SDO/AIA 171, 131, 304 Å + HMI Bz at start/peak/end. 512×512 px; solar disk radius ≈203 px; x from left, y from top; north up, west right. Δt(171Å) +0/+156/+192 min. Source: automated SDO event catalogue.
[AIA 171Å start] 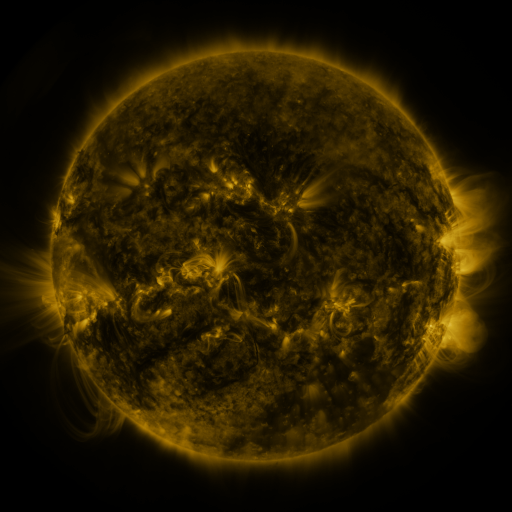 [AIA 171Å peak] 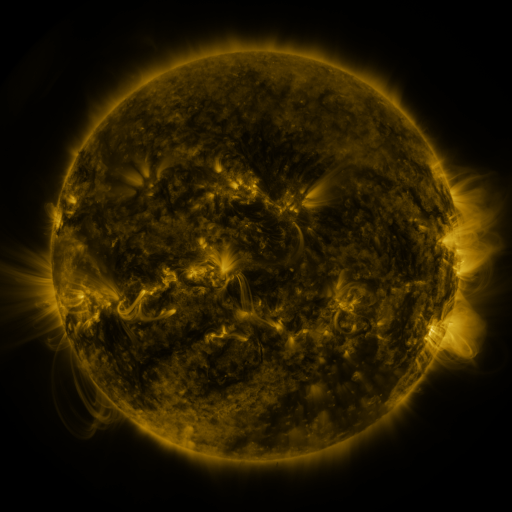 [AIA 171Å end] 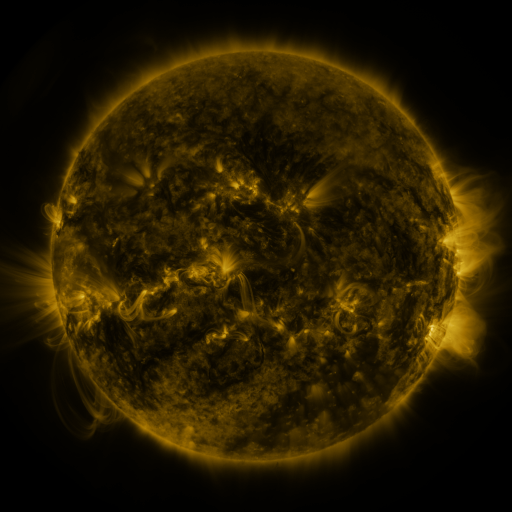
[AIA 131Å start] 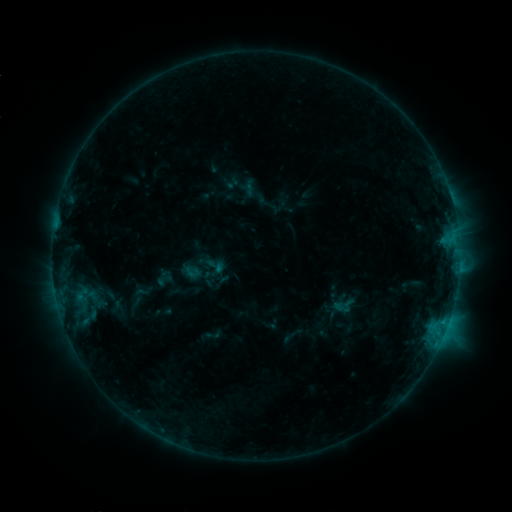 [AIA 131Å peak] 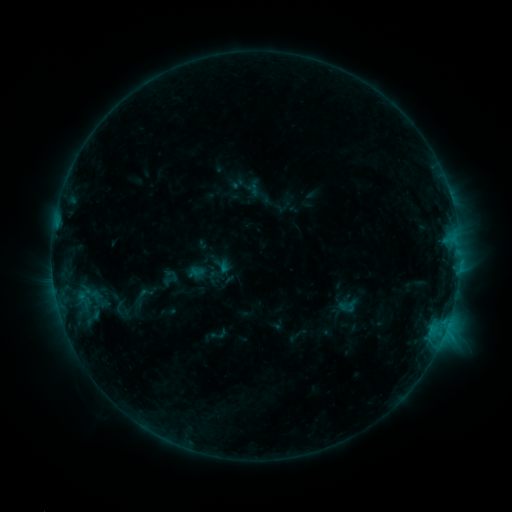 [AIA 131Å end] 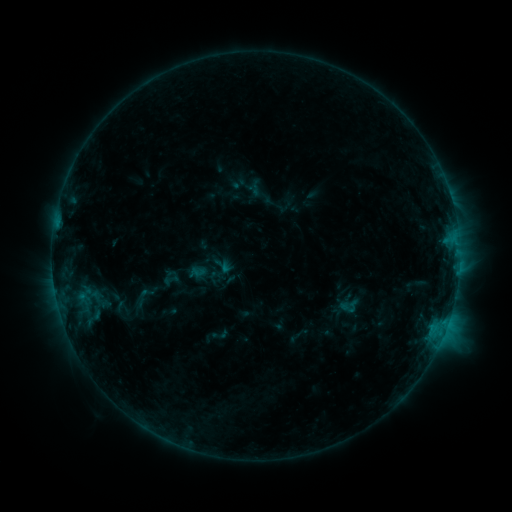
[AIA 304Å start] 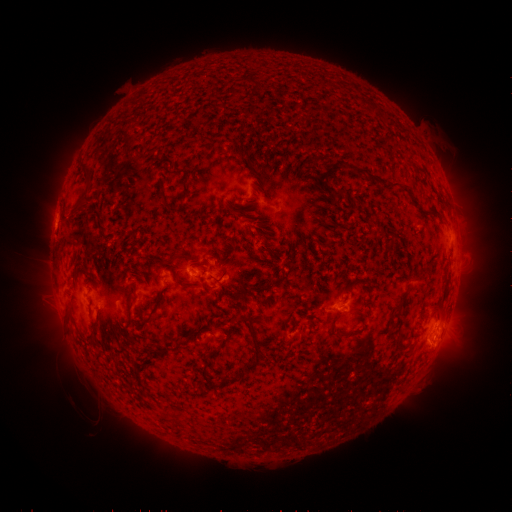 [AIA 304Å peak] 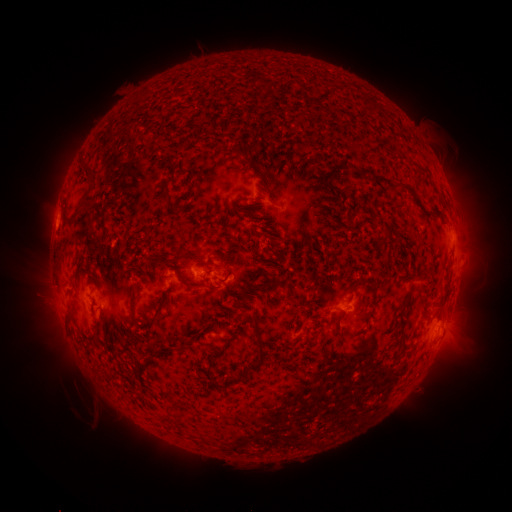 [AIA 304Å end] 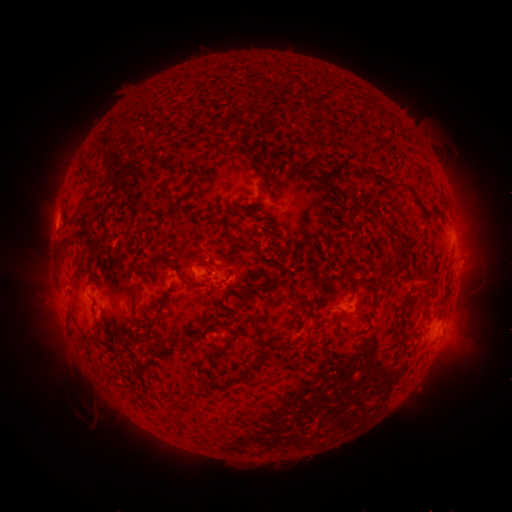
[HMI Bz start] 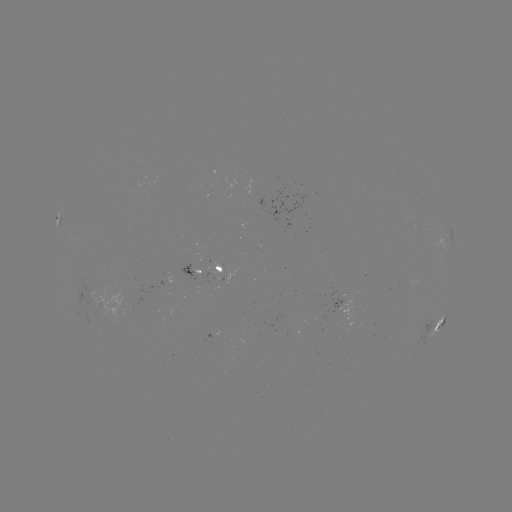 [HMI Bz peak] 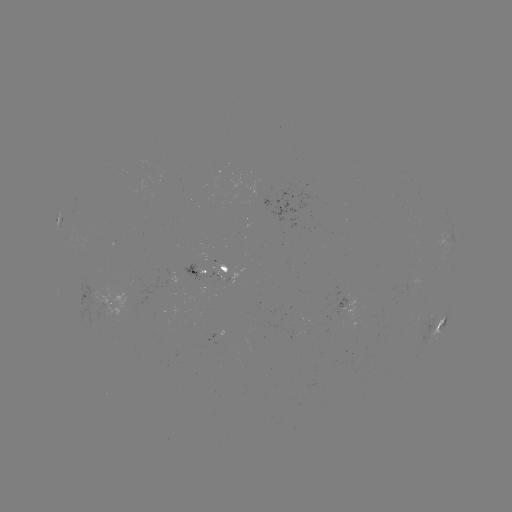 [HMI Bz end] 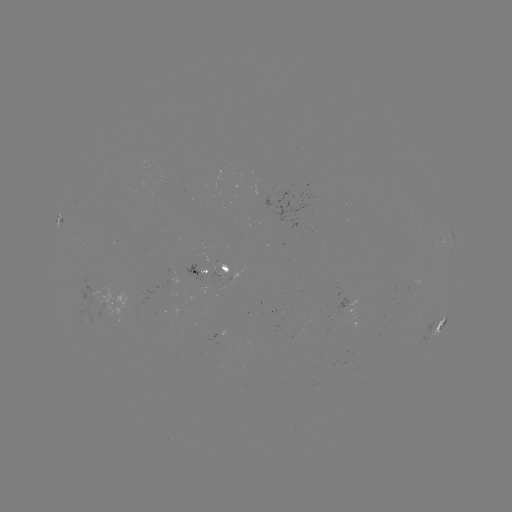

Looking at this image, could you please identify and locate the emerging-flux region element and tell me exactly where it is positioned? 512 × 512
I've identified emerging-flux region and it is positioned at [225, 267].